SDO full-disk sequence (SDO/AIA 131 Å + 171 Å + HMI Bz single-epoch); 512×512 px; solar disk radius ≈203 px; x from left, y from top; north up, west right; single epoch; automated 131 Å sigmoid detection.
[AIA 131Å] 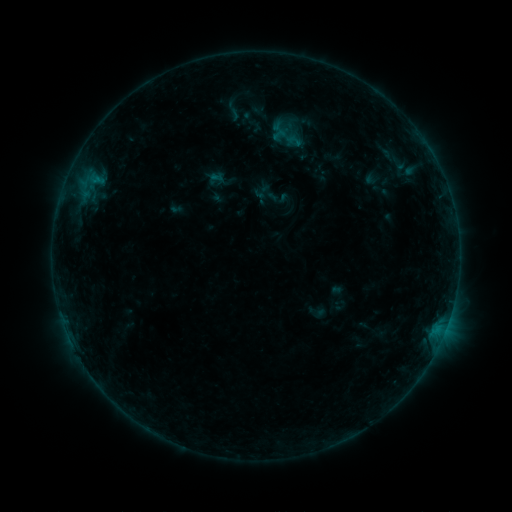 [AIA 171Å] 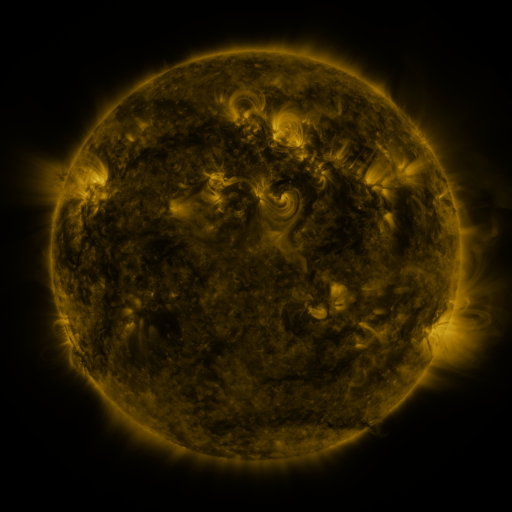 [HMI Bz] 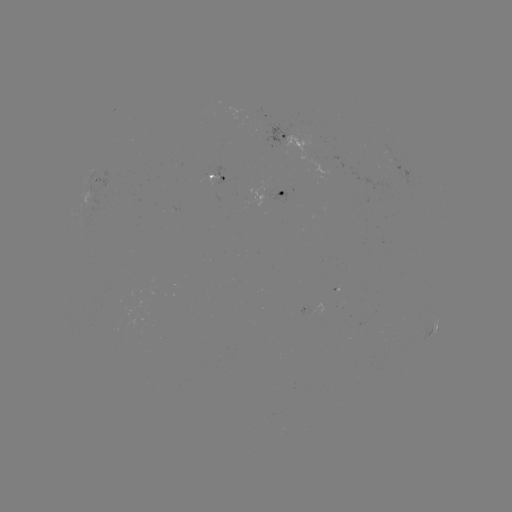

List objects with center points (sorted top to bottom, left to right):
sigmoid: (276, 127, 297, 145)
